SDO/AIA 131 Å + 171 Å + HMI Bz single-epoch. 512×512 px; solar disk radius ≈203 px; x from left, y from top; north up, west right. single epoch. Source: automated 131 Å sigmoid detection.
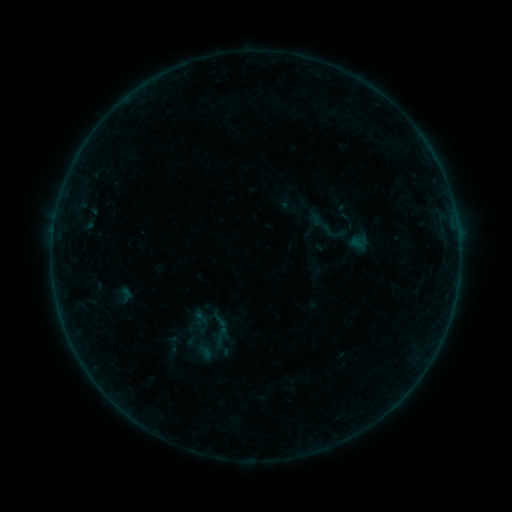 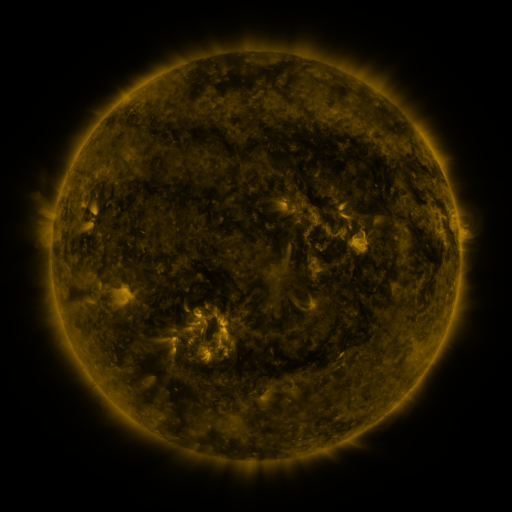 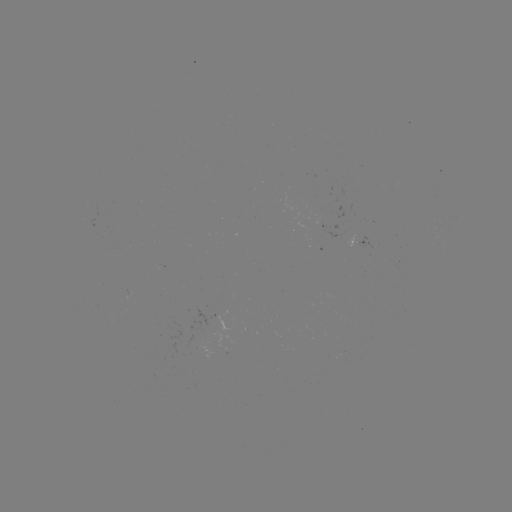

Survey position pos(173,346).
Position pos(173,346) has sigmoid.